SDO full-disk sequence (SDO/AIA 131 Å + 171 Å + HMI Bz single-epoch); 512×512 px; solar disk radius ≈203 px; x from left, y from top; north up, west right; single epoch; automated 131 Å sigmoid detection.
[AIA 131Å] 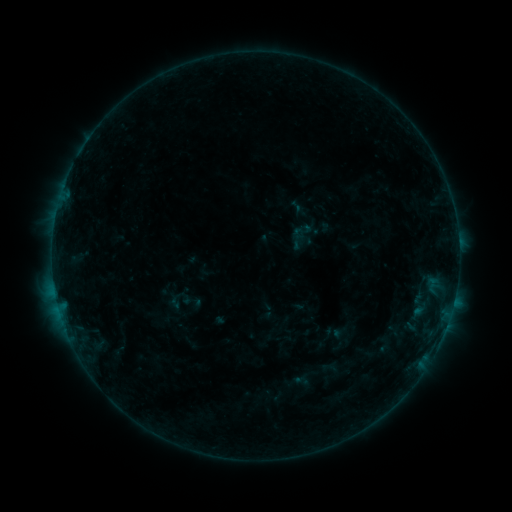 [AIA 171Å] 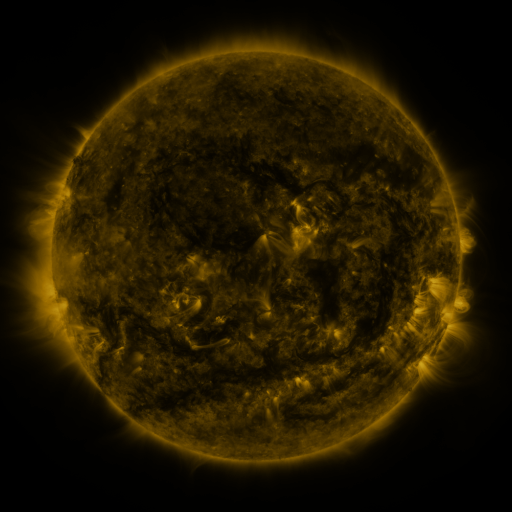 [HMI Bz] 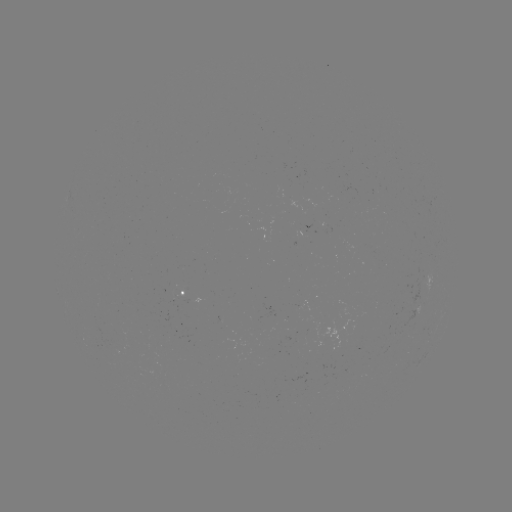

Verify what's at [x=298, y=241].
sigmoid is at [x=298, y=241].